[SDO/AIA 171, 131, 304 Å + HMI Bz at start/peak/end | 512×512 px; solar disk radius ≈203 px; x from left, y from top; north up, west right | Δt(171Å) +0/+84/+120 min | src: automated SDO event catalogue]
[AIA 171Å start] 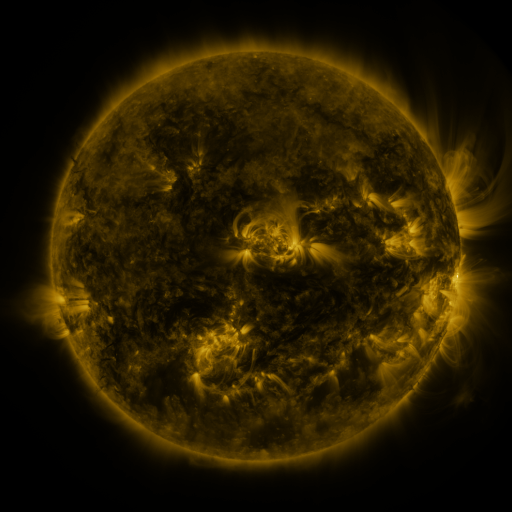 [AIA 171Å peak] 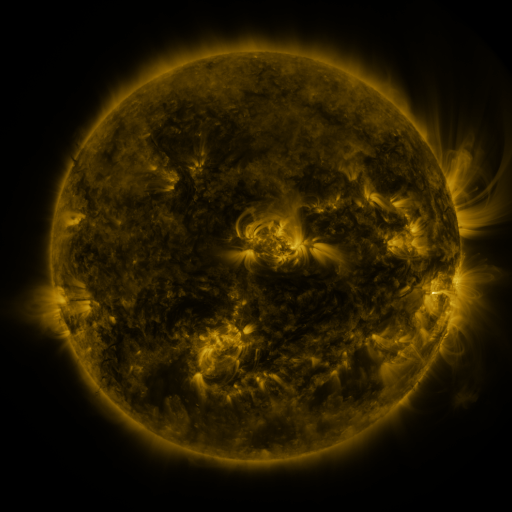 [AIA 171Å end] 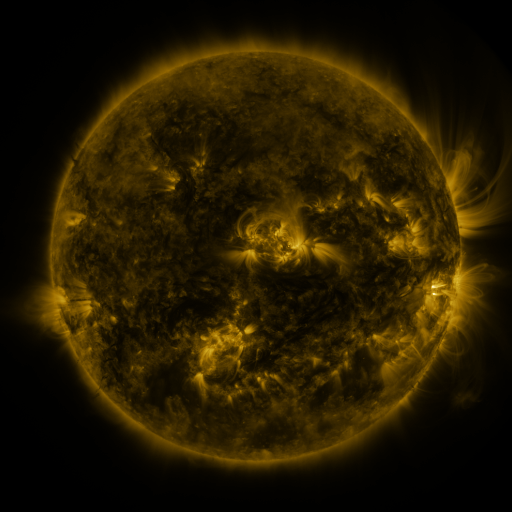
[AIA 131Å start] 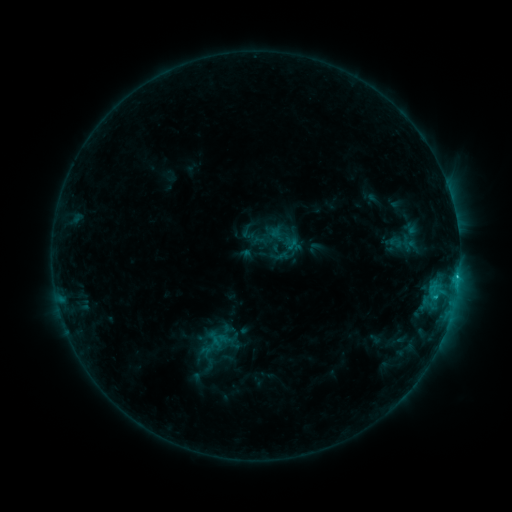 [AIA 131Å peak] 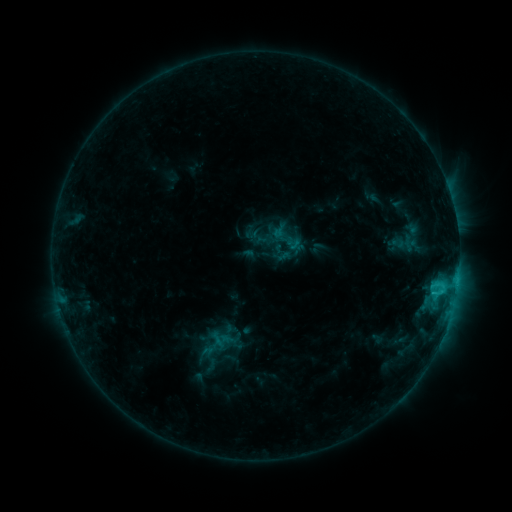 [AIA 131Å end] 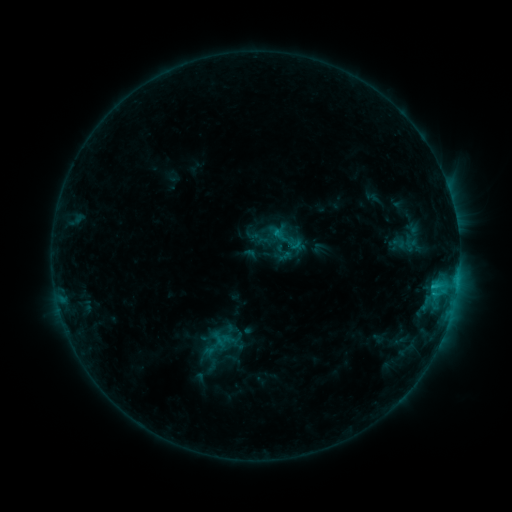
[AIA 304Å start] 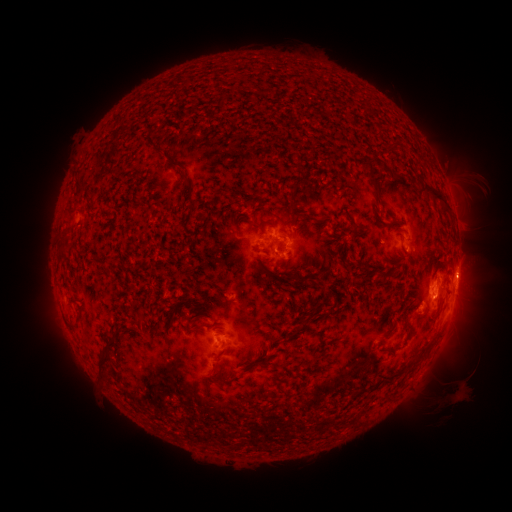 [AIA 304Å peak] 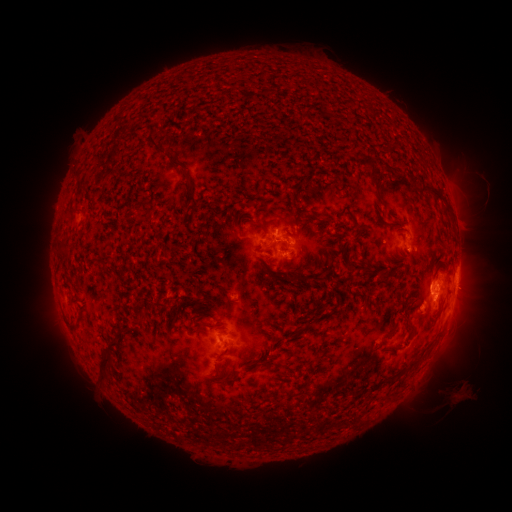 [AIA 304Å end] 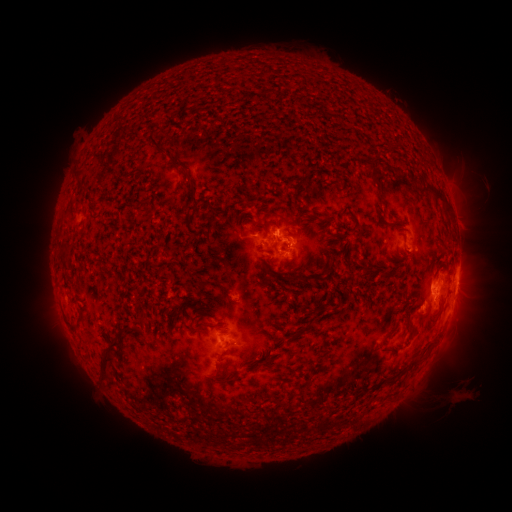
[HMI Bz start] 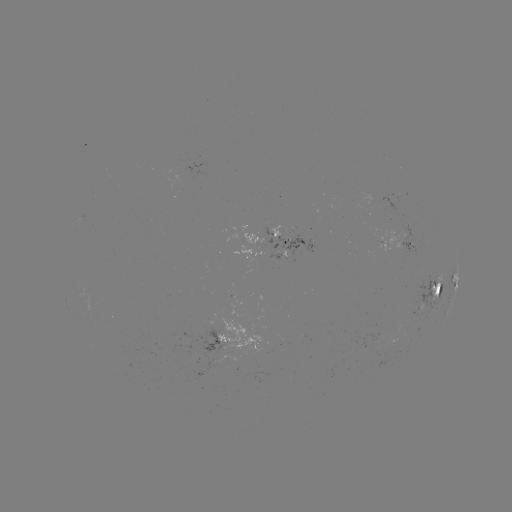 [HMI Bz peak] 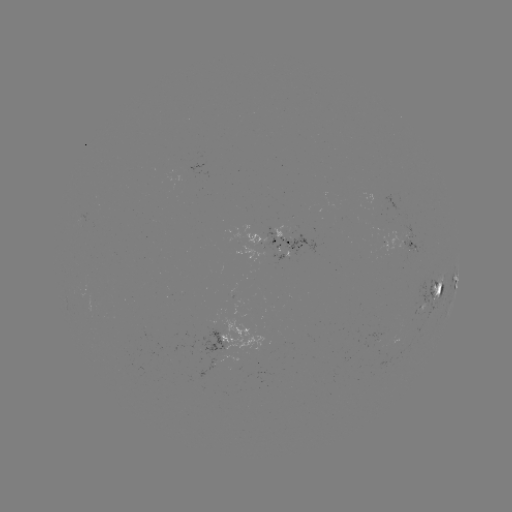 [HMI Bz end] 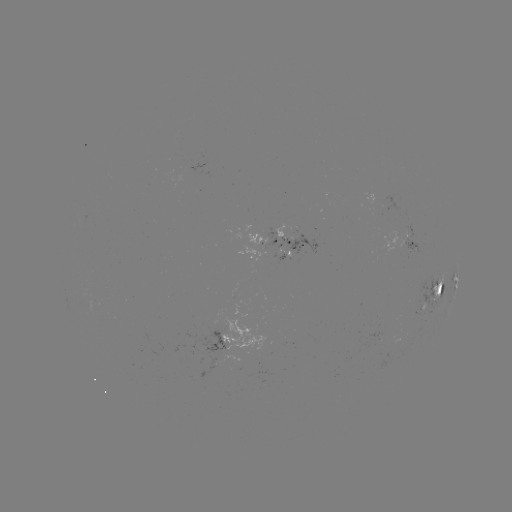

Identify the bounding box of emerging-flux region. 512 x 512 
[400, 312, 415, 328].